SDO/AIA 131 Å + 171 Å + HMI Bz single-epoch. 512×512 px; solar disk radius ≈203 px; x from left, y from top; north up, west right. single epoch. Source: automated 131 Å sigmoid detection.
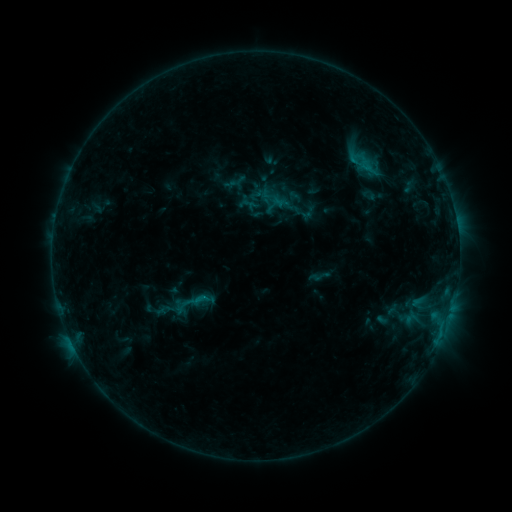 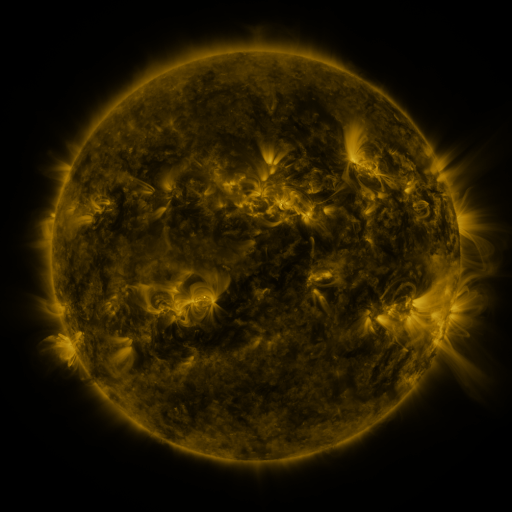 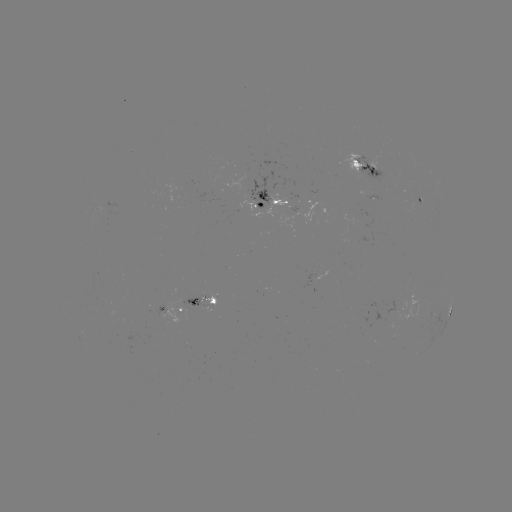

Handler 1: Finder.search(sigmoid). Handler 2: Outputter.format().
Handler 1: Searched sigmoid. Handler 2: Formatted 181,305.